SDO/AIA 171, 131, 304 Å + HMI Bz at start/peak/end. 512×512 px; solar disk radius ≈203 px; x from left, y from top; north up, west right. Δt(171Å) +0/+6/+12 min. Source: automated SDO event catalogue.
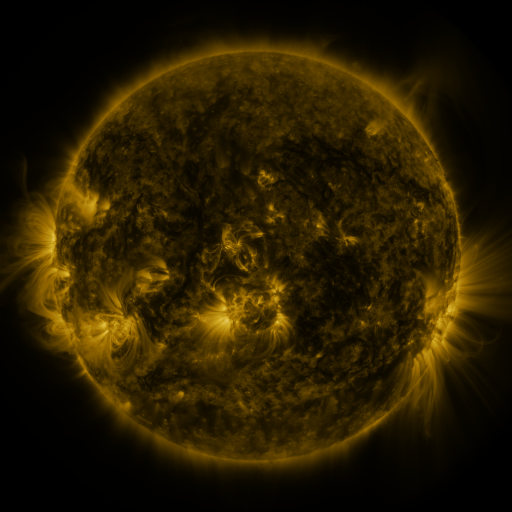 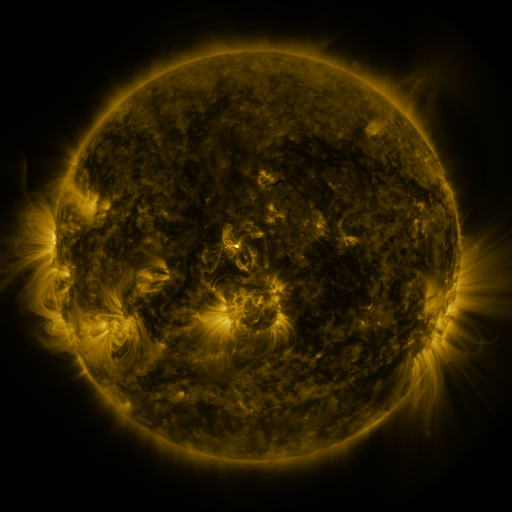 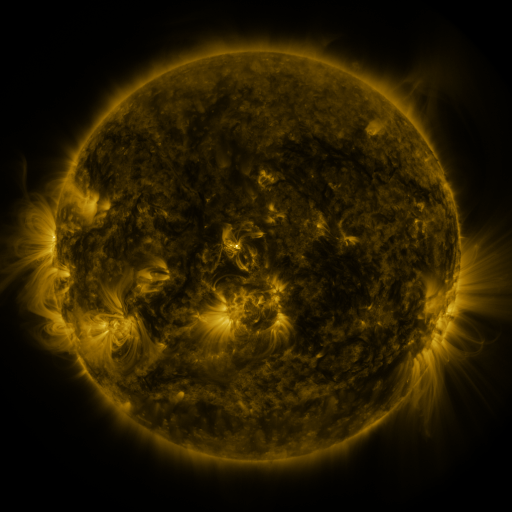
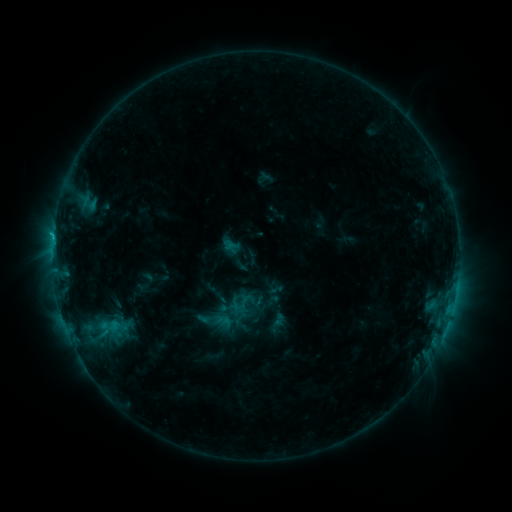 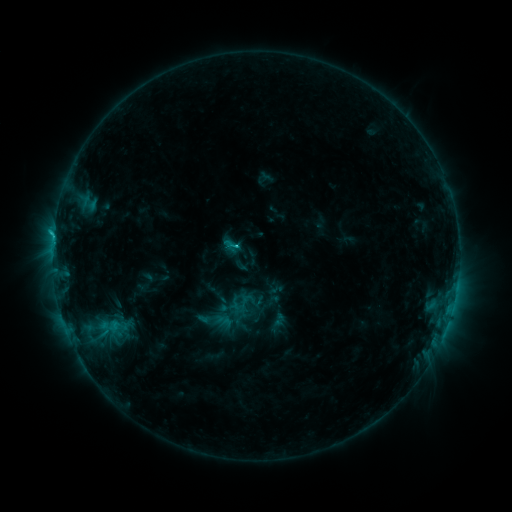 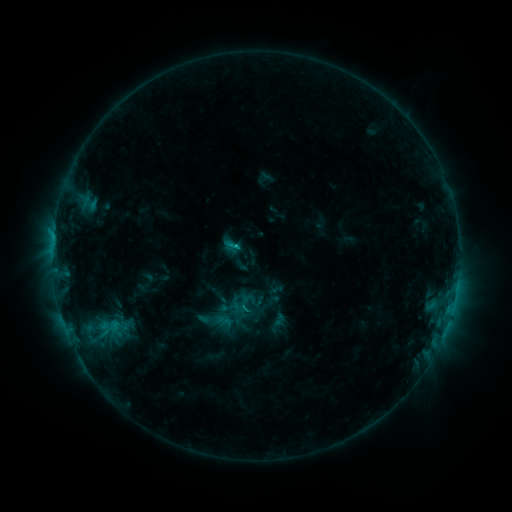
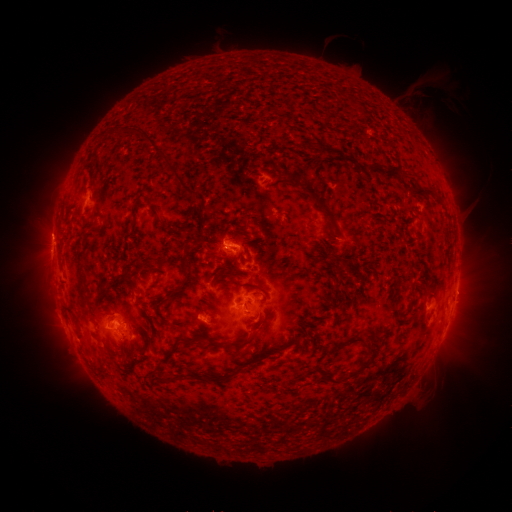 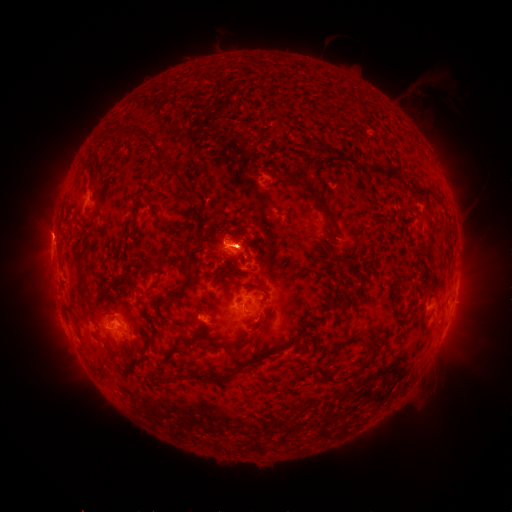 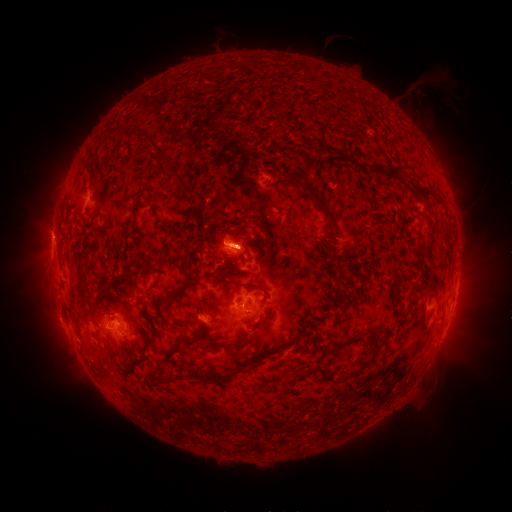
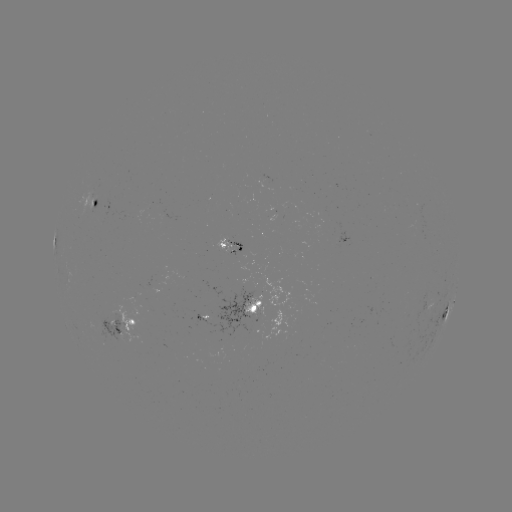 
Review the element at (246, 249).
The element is eruption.